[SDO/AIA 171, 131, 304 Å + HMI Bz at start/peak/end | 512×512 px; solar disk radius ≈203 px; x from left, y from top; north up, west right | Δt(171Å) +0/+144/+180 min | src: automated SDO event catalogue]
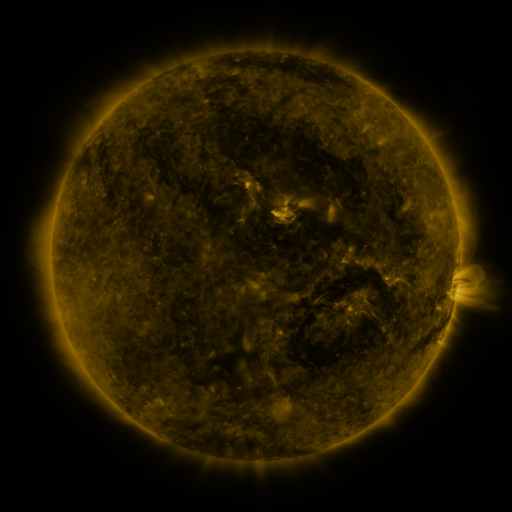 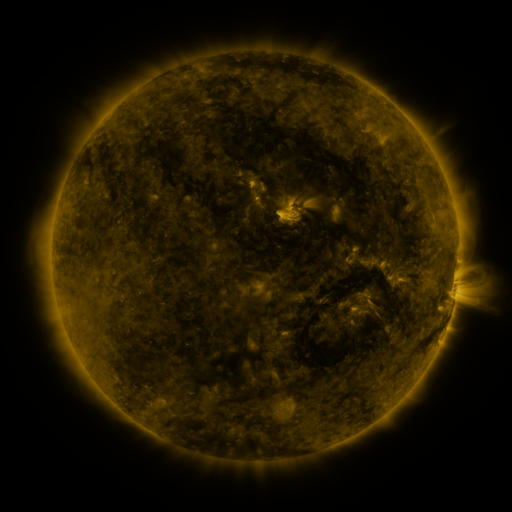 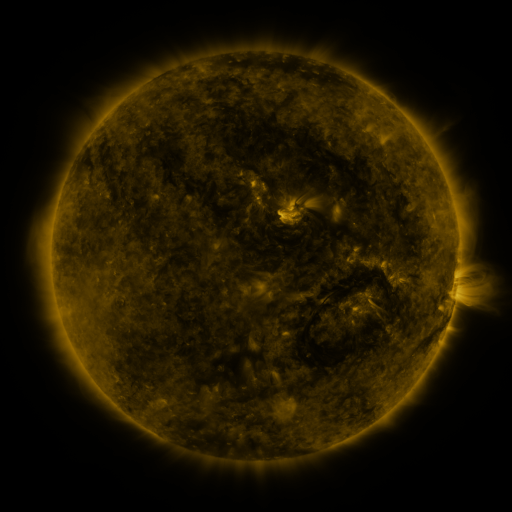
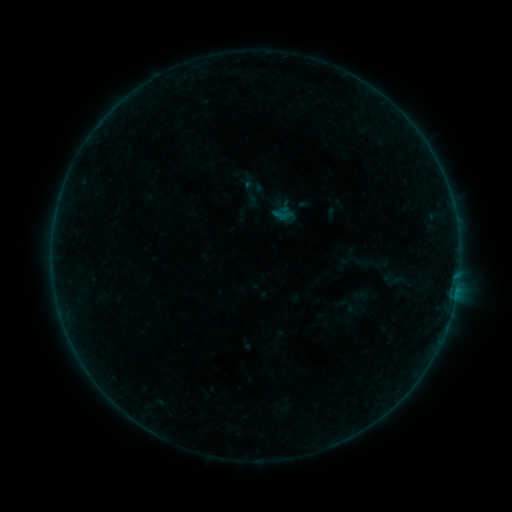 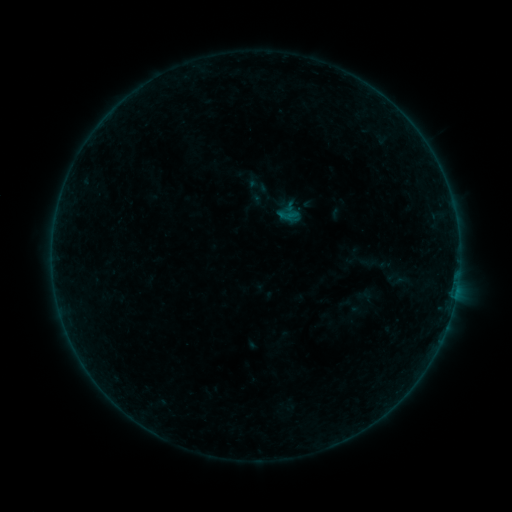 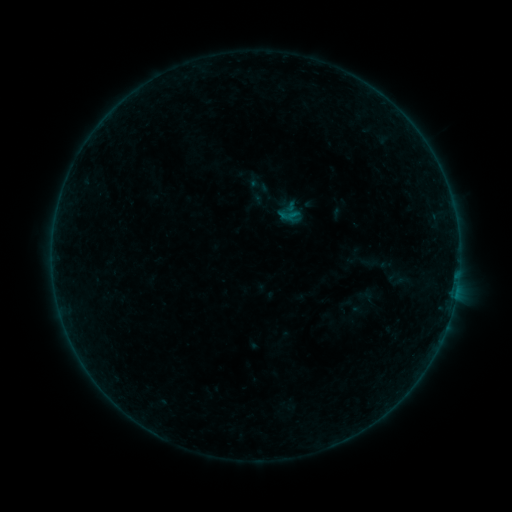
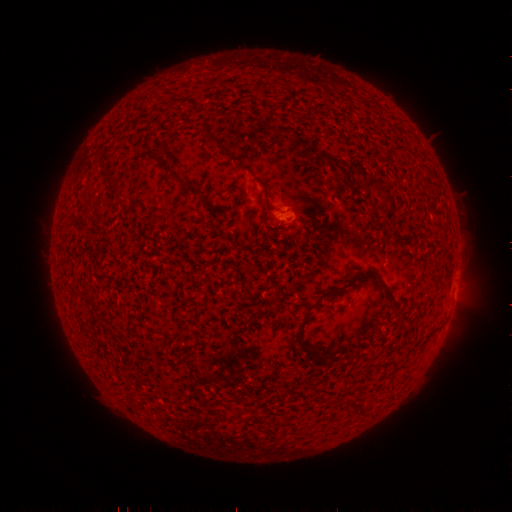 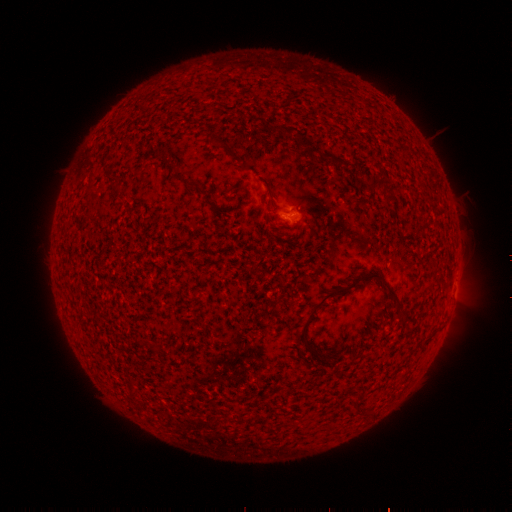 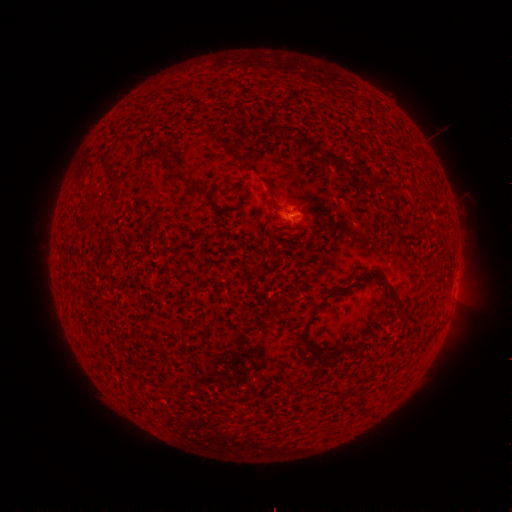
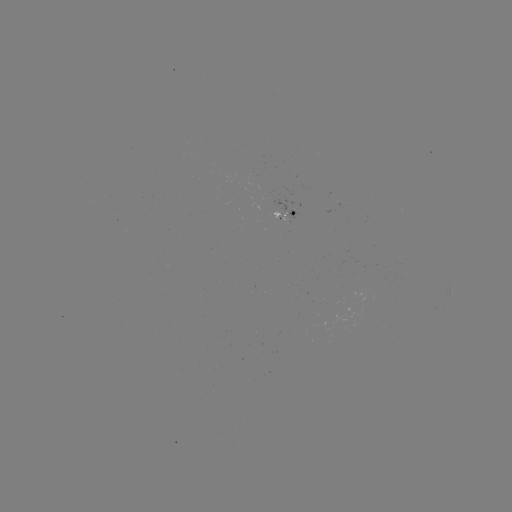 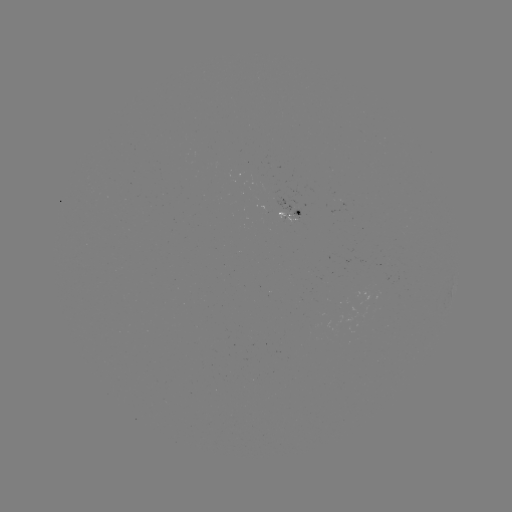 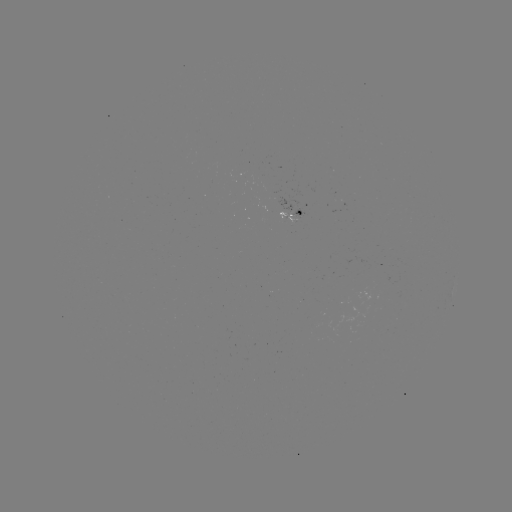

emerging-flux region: (277, 212, 293, 222)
